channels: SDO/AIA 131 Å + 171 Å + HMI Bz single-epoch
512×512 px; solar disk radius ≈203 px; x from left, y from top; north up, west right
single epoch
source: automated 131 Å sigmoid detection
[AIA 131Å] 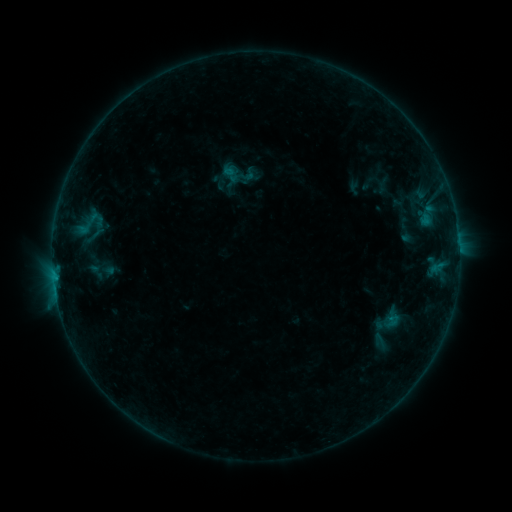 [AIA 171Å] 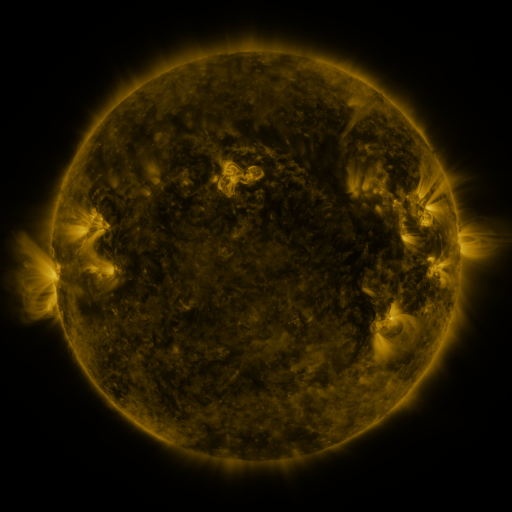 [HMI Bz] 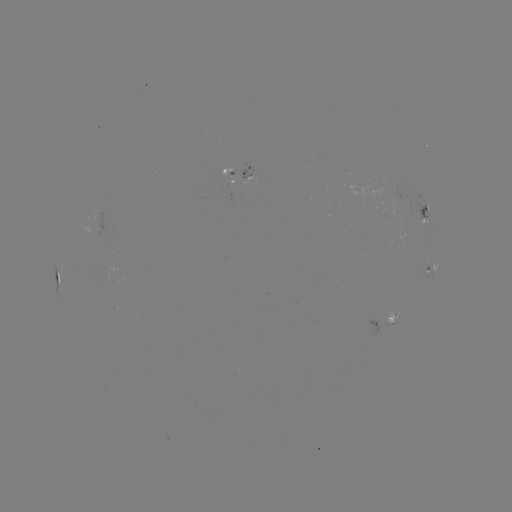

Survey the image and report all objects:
sigmoid: [239, 165, 257, 183]
